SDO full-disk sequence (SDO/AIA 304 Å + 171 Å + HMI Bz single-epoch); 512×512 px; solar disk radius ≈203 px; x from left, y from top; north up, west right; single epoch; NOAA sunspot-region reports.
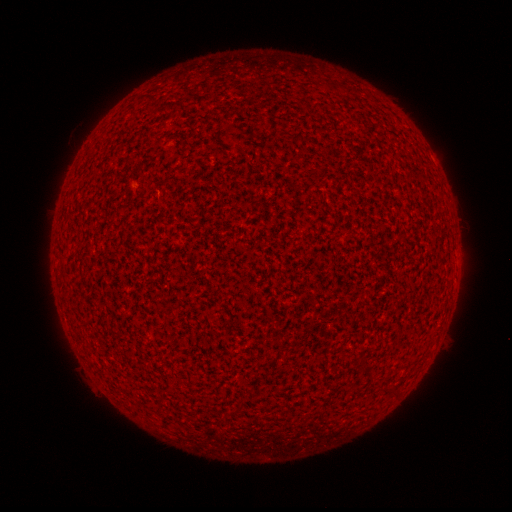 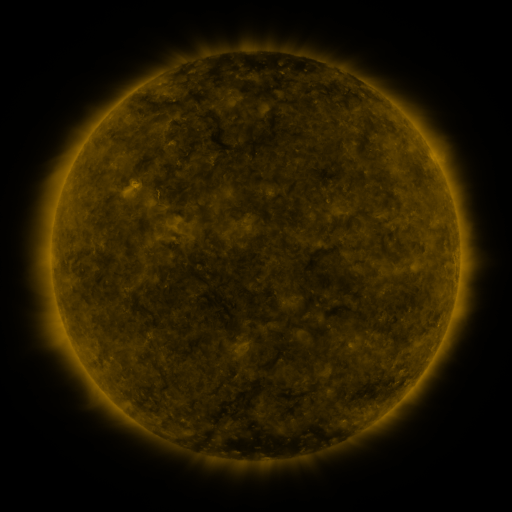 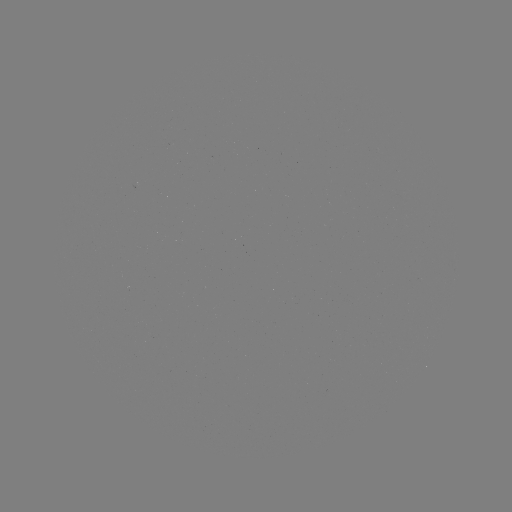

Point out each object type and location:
(none)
